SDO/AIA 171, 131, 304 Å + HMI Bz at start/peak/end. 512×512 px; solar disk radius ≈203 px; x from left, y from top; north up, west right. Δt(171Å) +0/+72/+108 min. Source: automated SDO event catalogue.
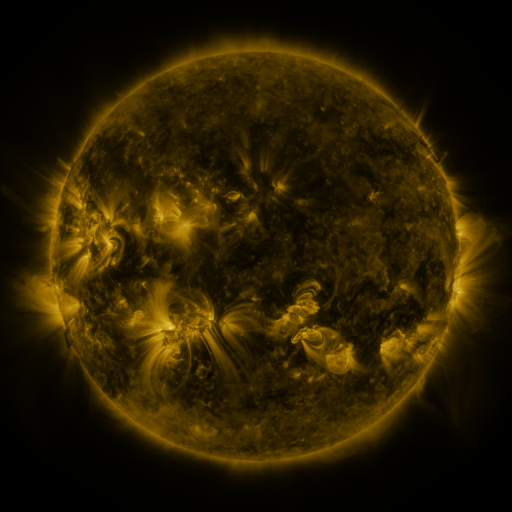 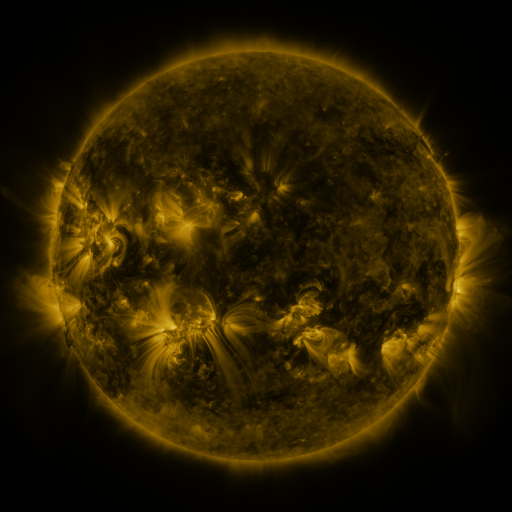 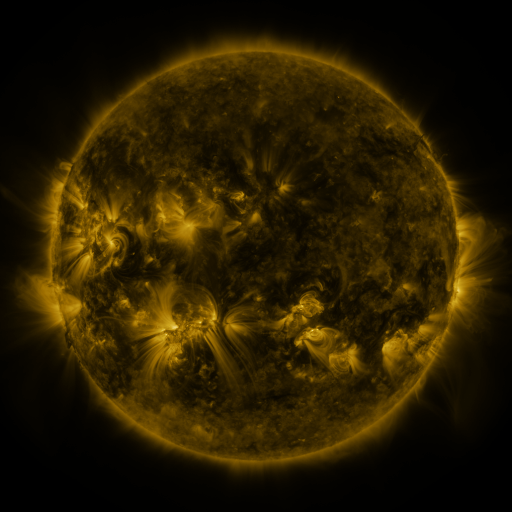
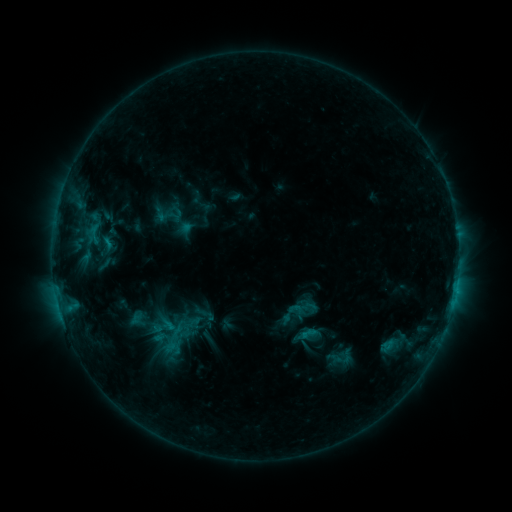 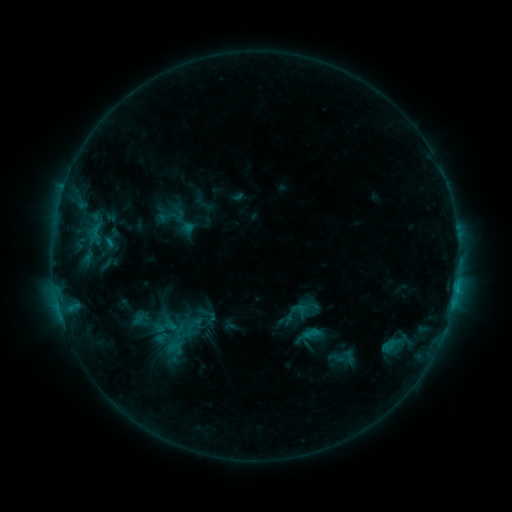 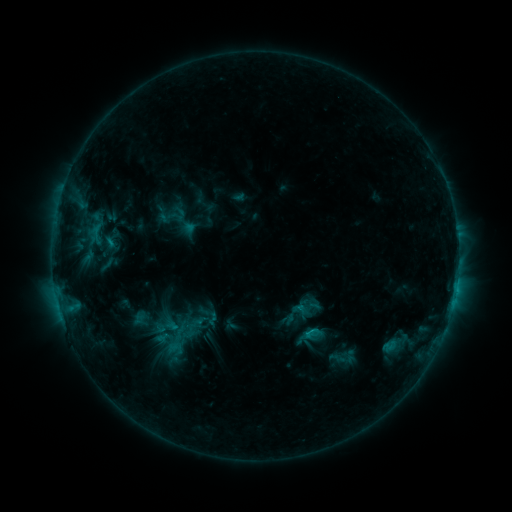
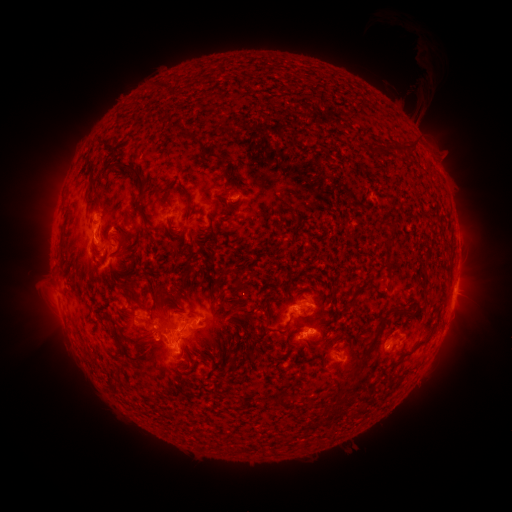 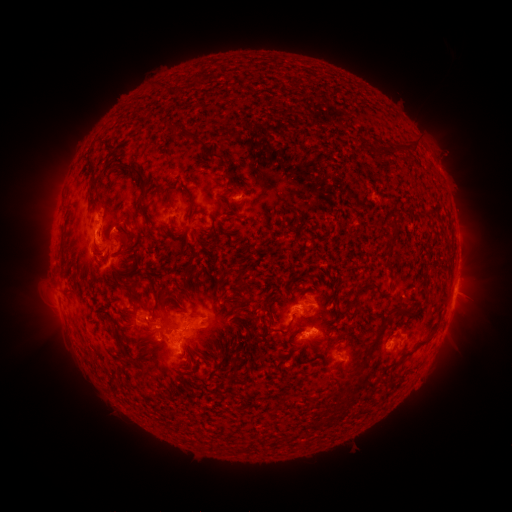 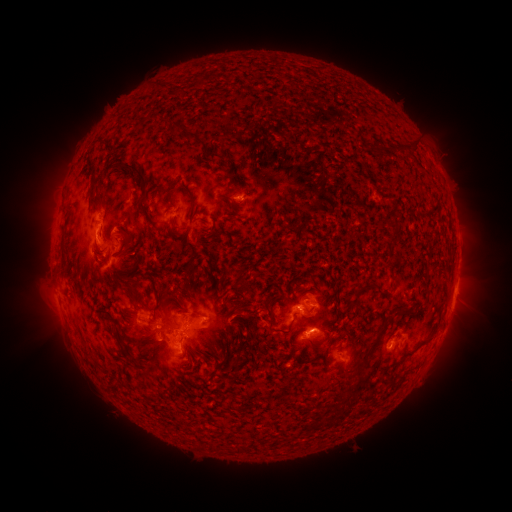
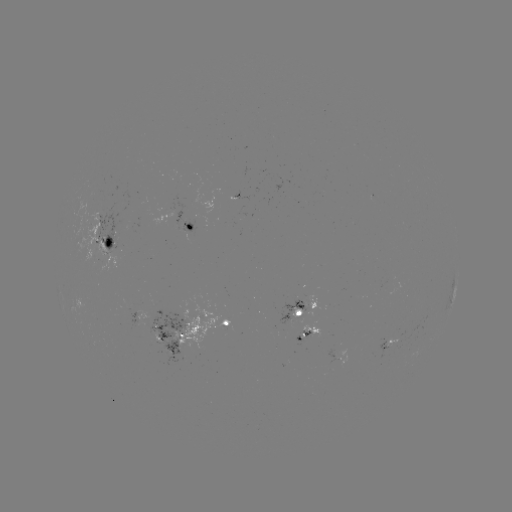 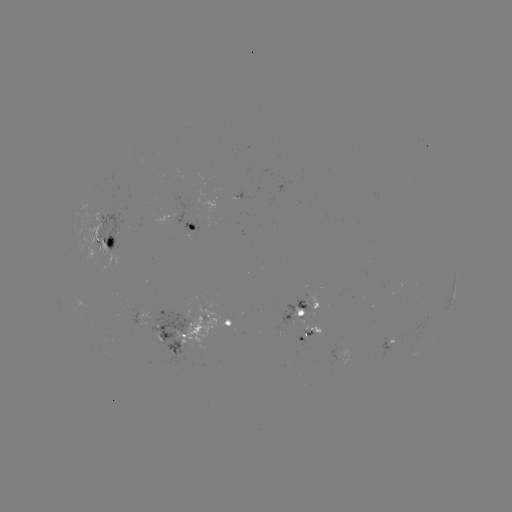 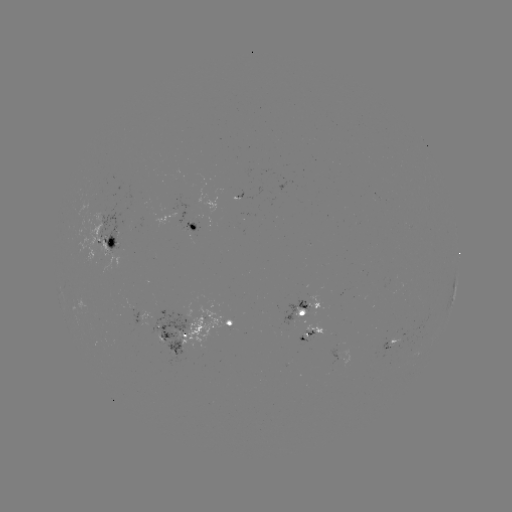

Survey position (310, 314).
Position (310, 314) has emerging-flux region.